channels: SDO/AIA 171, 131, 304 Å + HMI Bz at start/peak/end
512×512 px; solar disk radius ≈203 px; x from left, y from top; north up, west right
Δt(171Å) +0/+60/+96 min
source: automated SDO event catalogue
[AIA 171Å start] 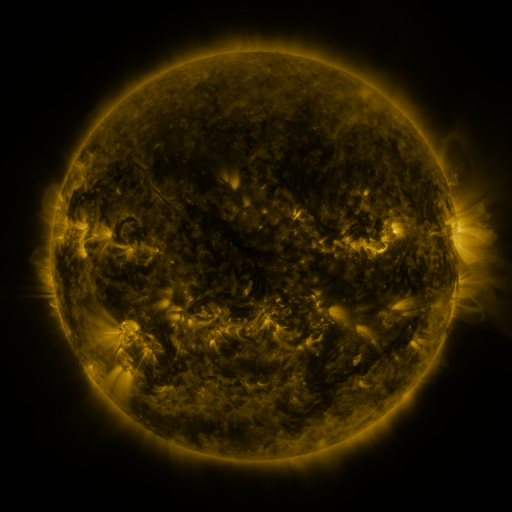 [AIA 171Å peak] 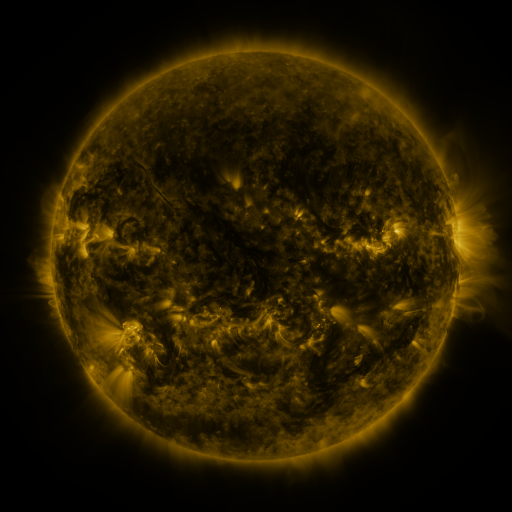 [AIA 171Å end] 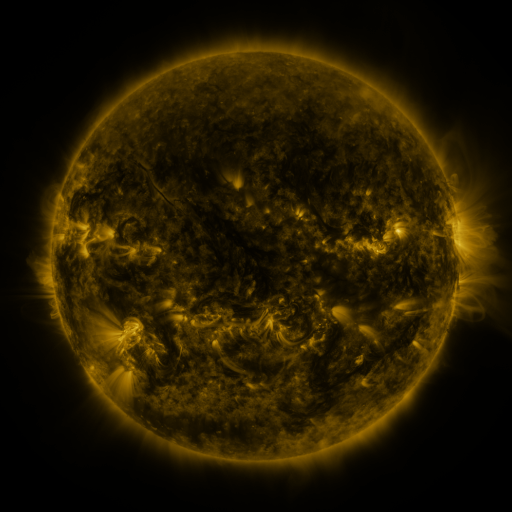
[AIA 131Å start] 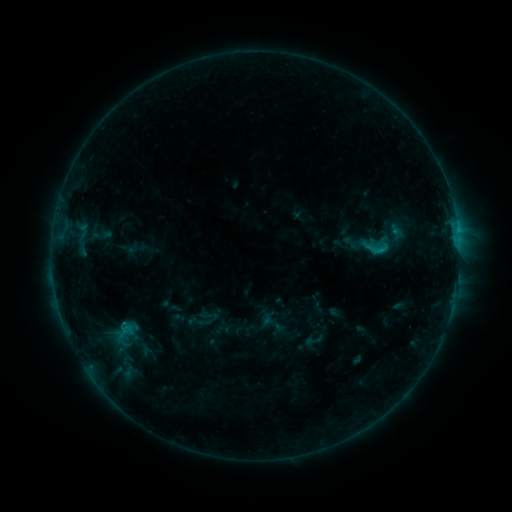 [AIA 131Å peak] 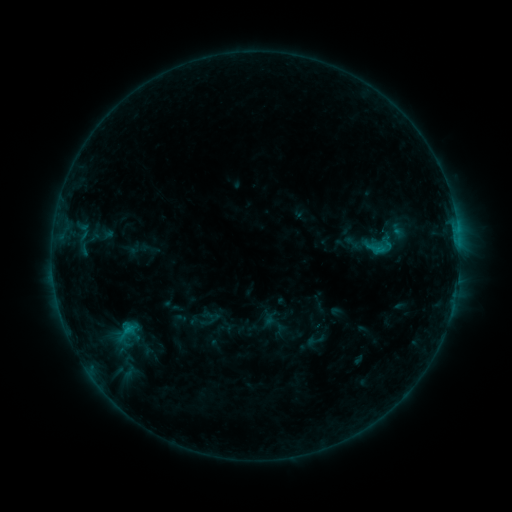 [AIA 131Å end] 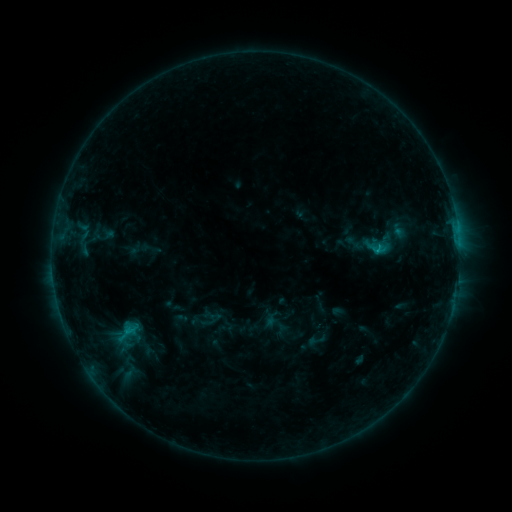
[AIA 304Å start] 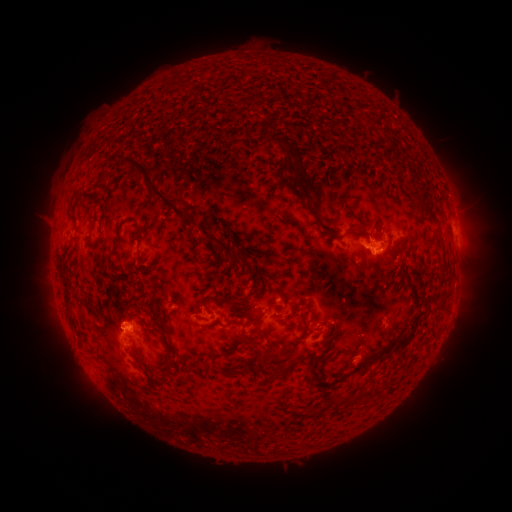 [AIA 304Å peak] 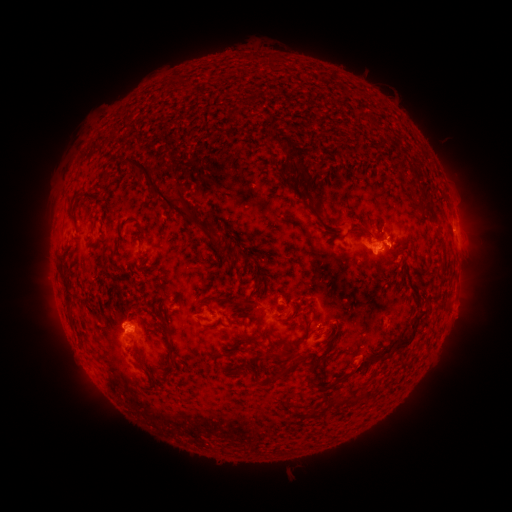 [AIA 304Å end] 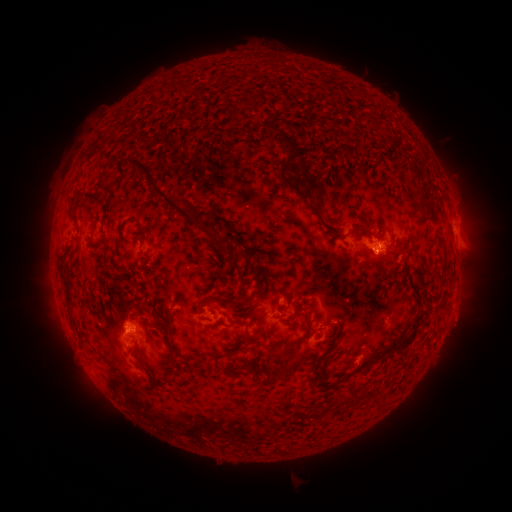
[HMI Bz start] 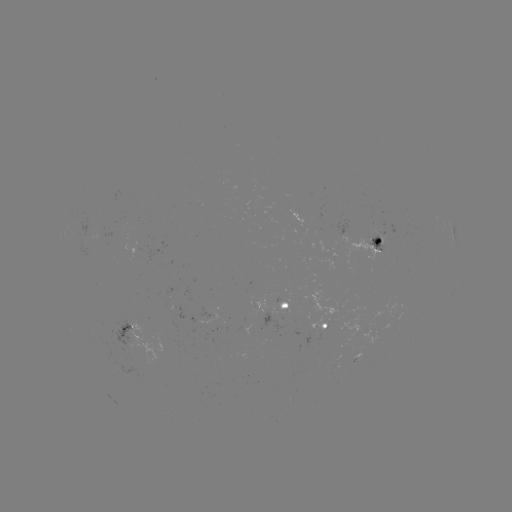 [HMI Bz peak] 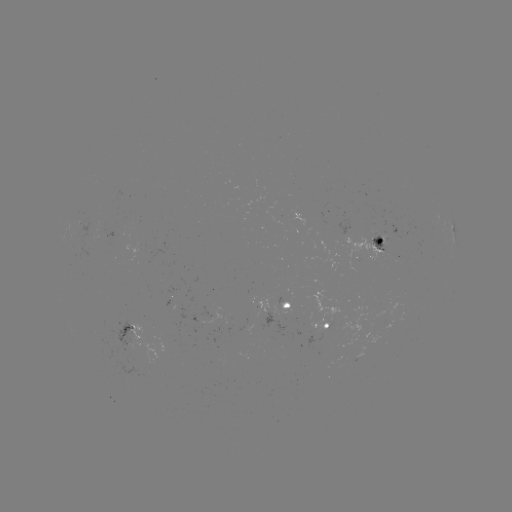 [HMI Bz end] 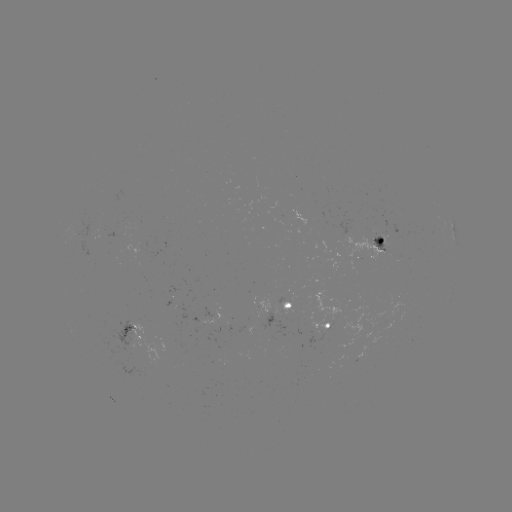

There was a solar emerging-flux region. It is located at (356, 343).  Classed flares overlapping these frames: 1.